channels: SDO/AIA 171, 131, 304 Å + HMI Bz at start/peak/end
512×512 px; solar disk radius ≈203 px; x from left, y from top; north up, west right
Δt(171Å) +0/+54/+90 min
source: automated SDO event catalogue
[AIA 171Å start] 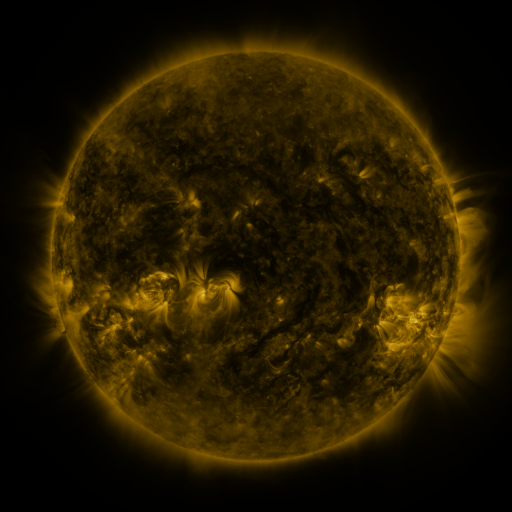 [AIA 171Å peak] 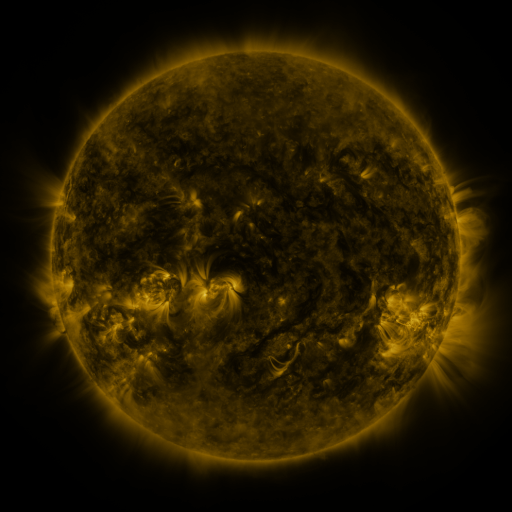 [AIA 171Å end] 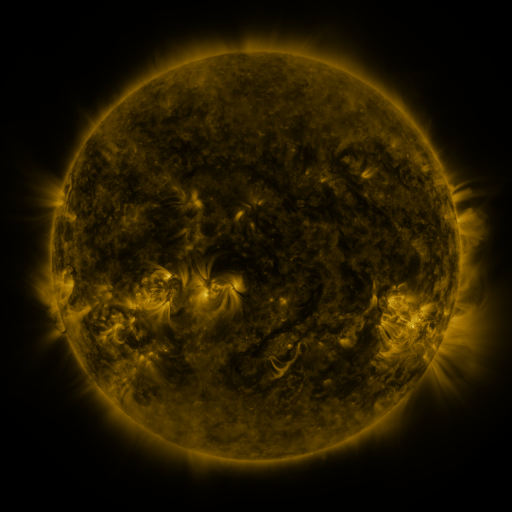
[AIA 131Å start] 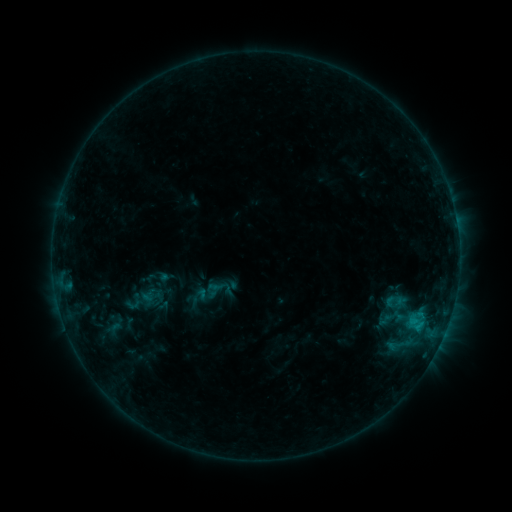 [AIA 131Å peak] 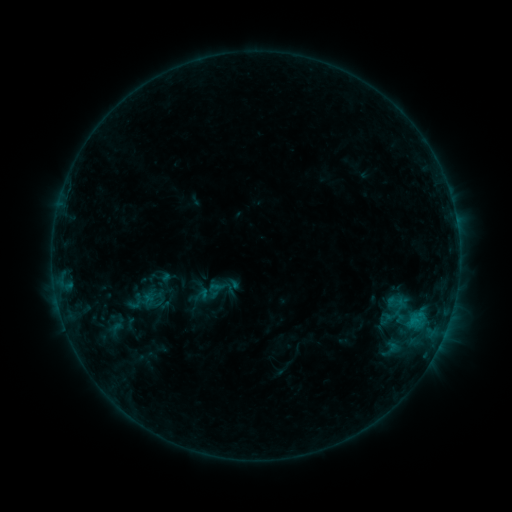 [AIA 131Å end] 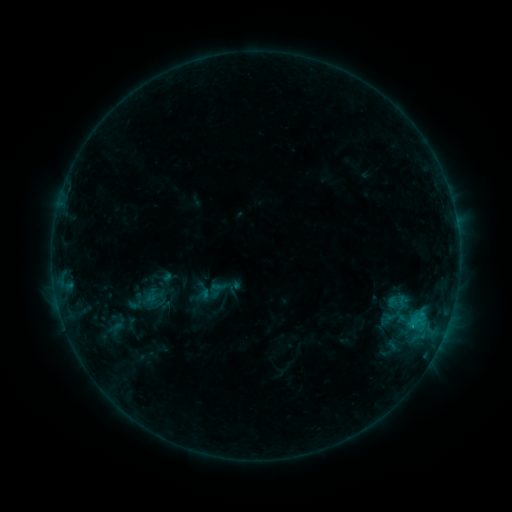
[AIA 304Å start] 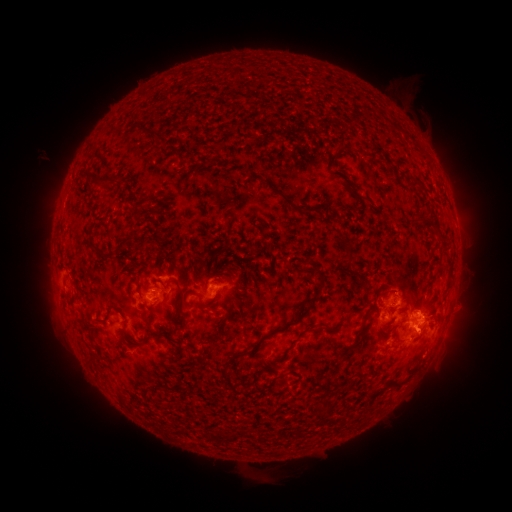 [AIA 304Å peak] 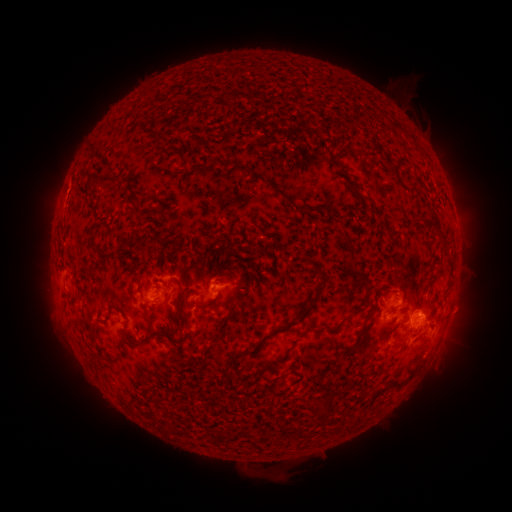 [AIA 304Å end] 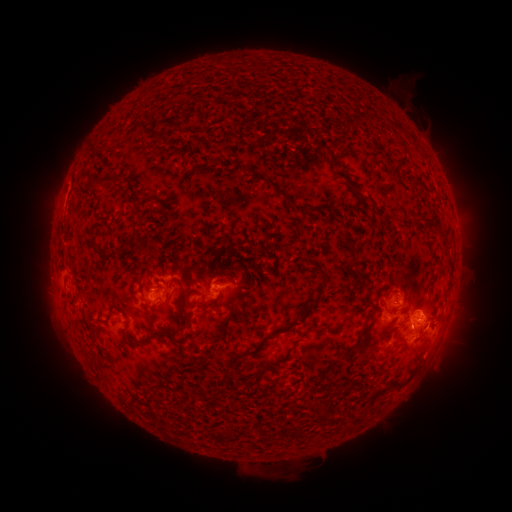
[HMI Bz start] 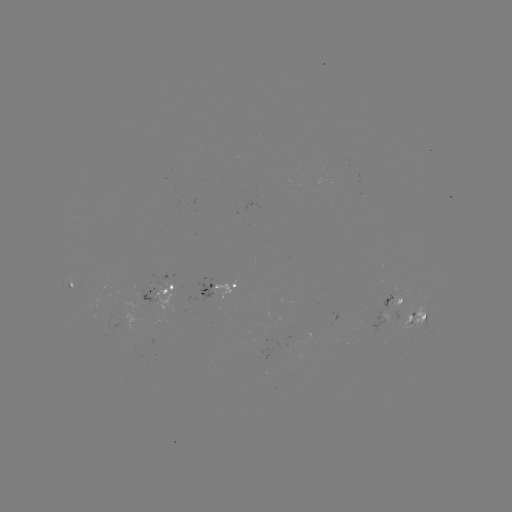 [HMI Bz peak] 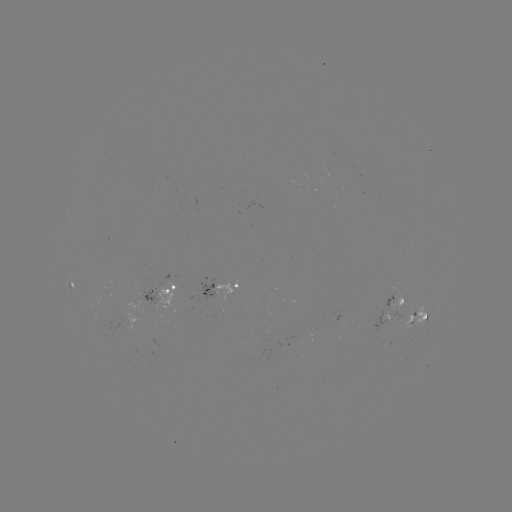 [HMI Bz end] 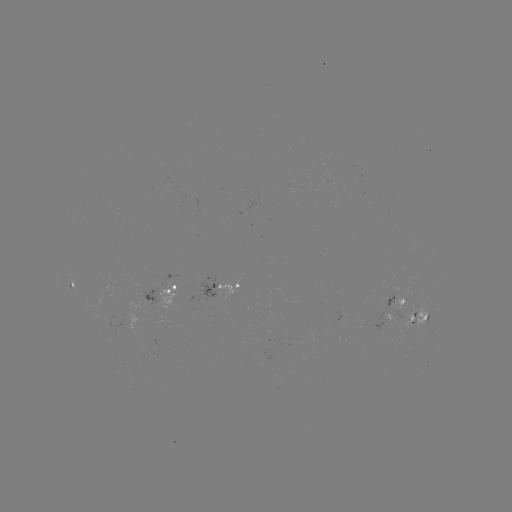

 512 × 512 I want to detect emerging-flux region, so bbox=[388, 292, 405, 311].